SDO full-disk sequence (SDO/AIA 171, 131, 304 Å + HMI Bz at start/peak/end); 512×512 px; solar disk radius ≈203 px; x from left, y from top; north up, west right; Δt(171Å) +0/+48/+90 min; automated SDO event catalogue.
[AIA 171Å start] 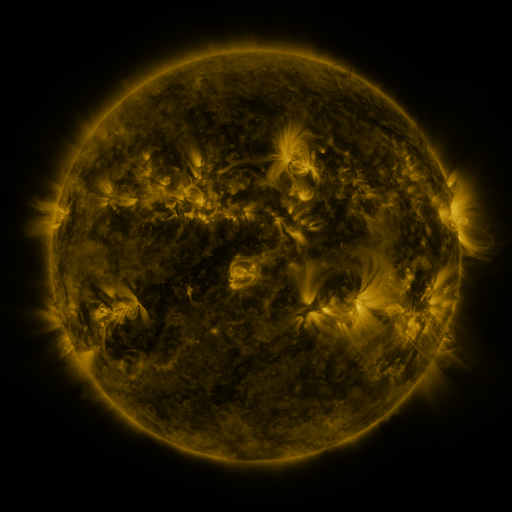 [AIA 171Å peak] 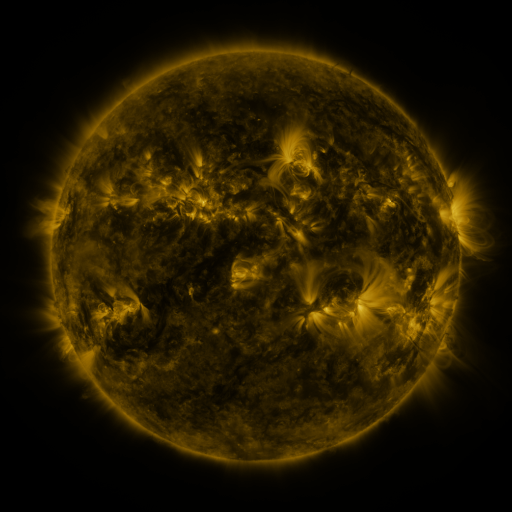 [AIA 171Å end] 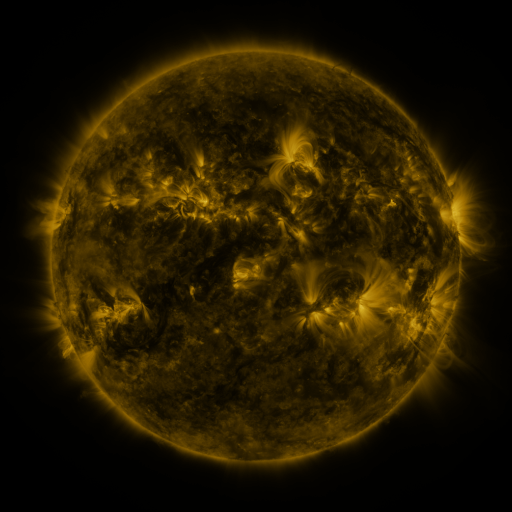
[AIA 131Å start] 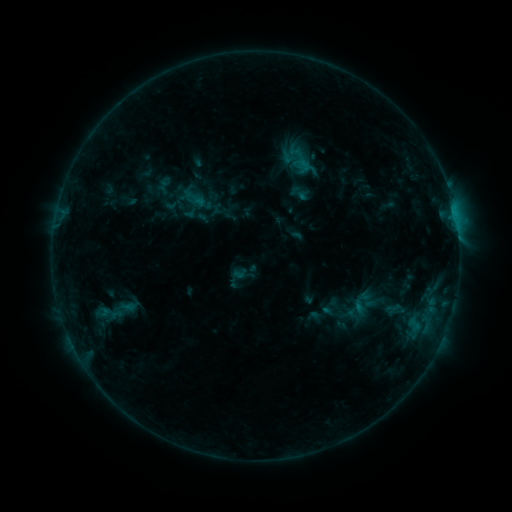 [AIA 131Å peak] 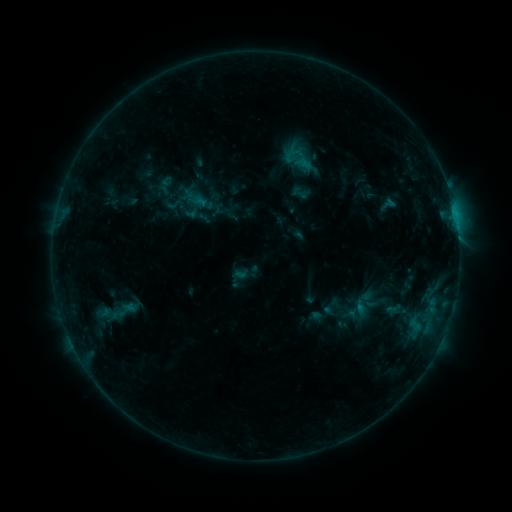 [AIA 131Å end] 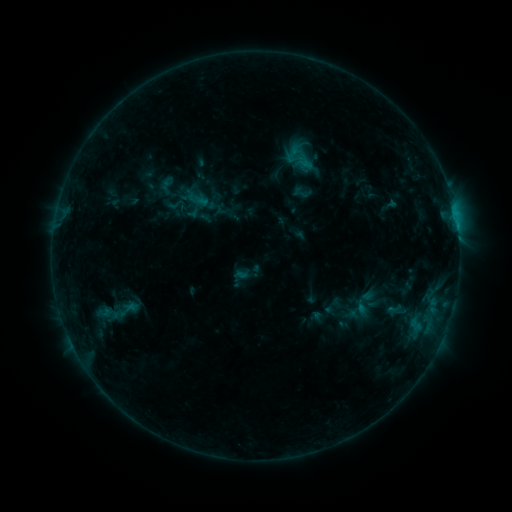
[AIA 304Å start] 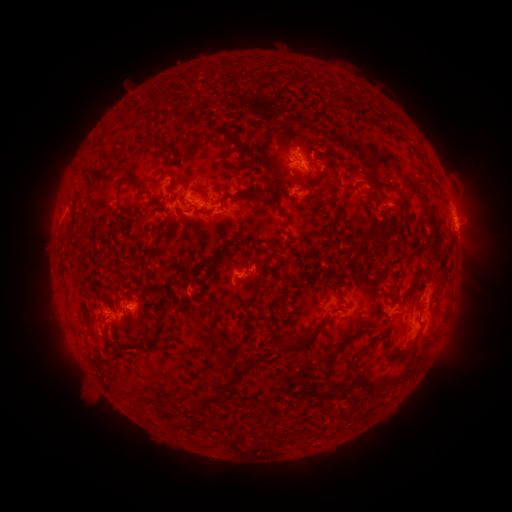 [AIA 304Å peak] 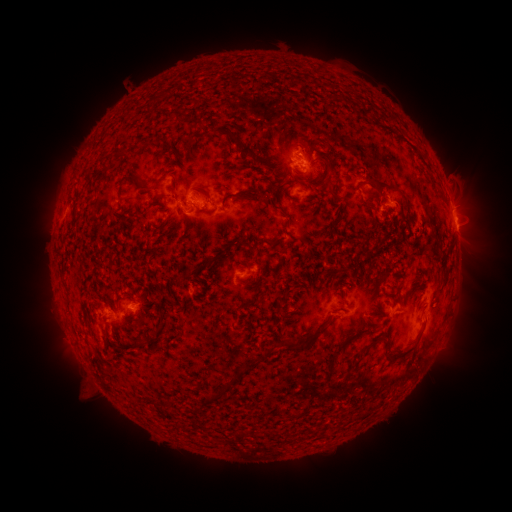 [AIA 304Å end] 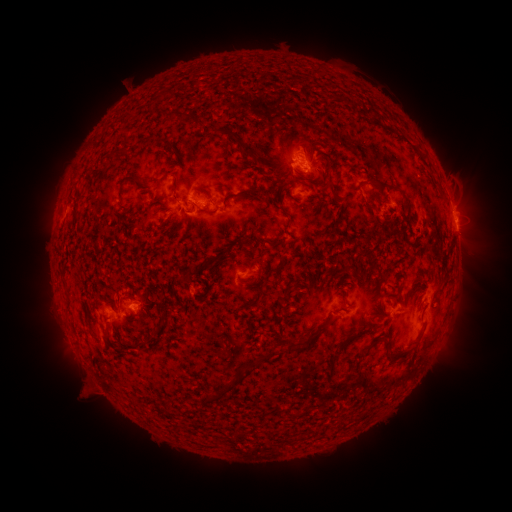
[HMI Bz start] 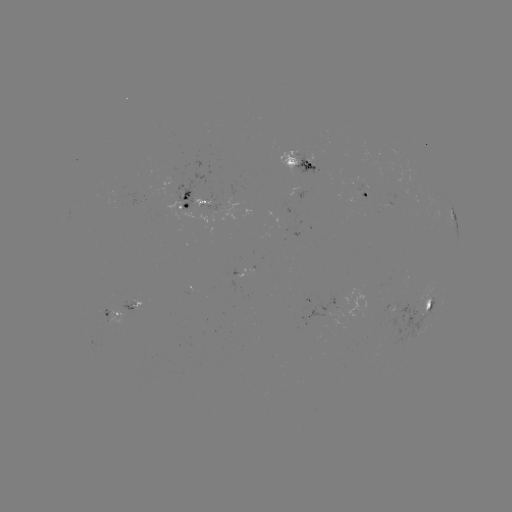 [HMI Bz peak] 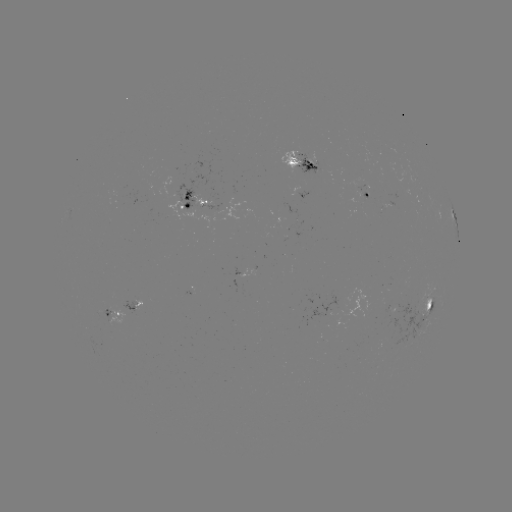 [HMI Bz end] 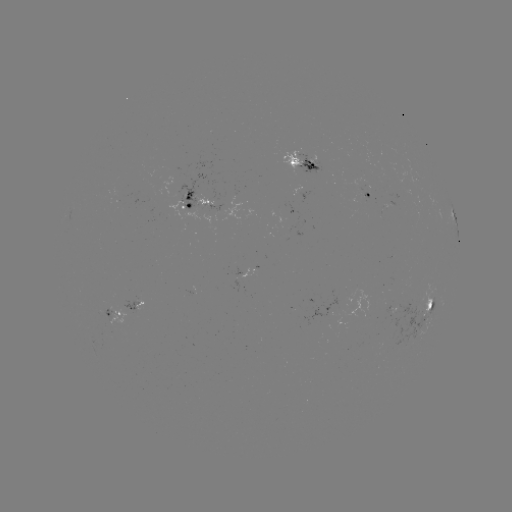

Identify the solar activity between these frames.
filament eruption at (355, 246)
